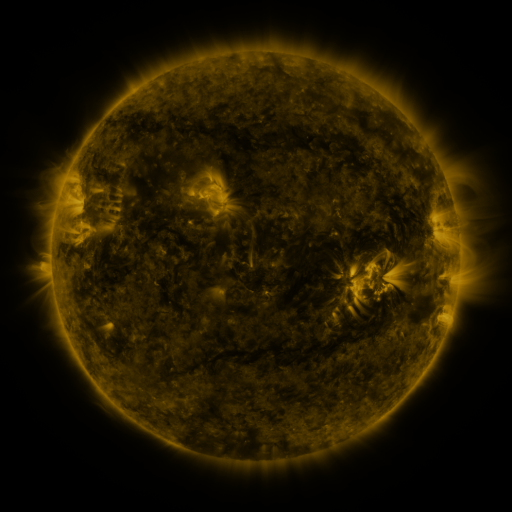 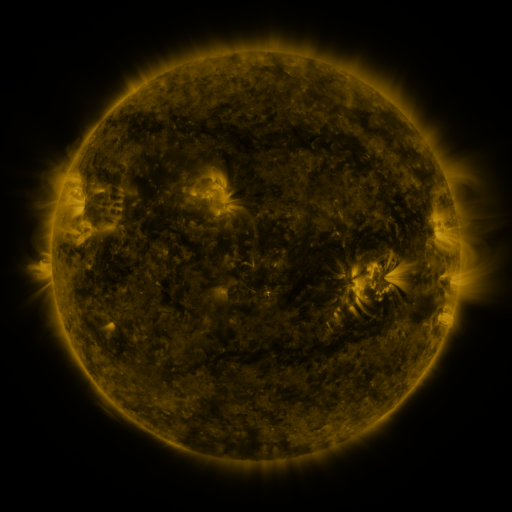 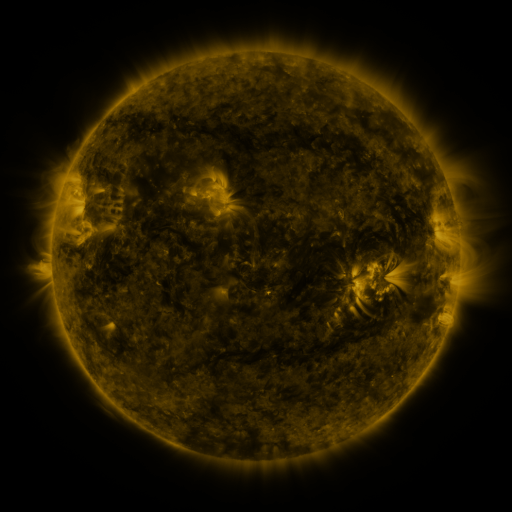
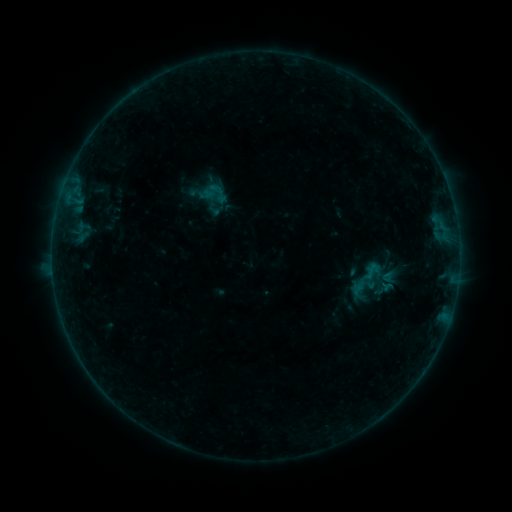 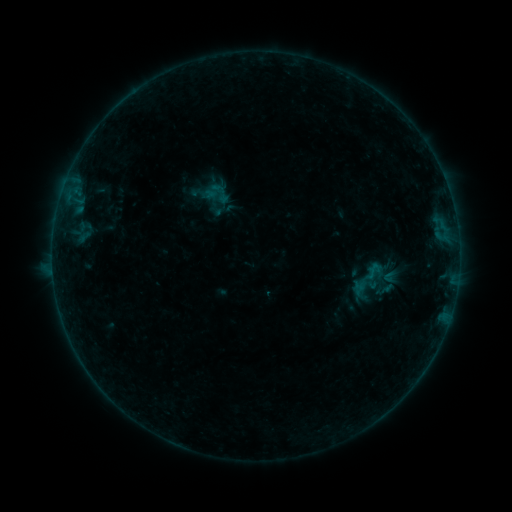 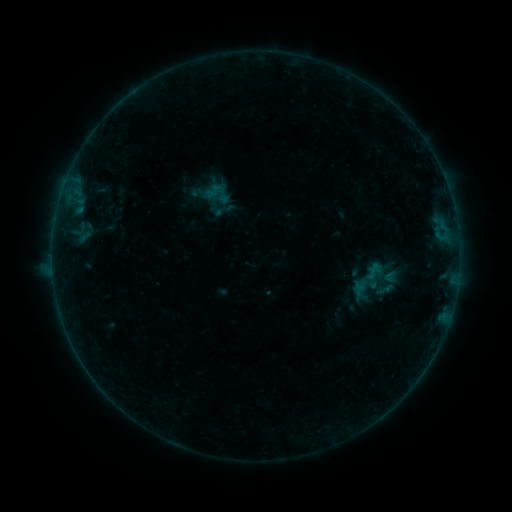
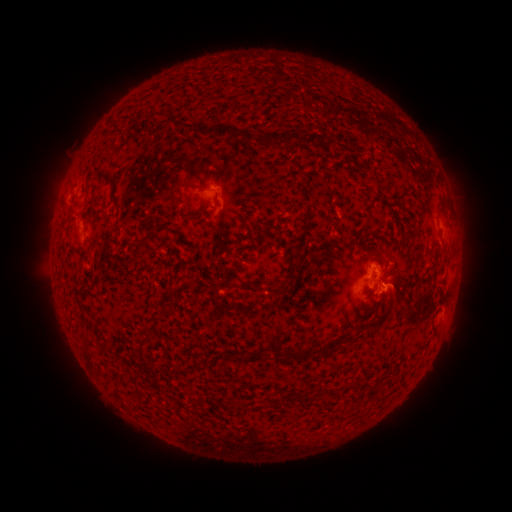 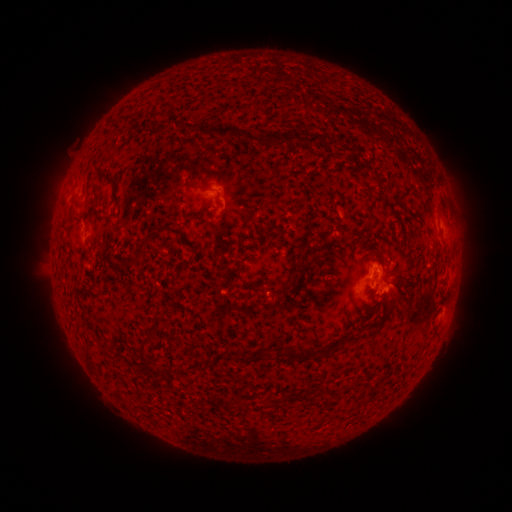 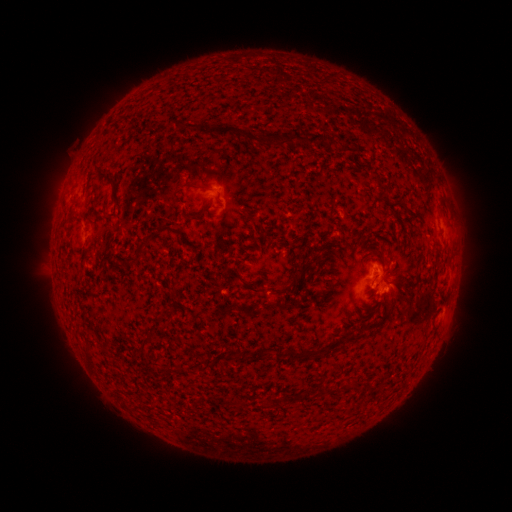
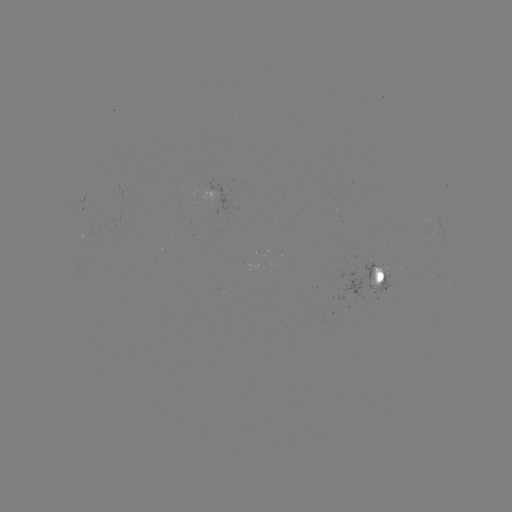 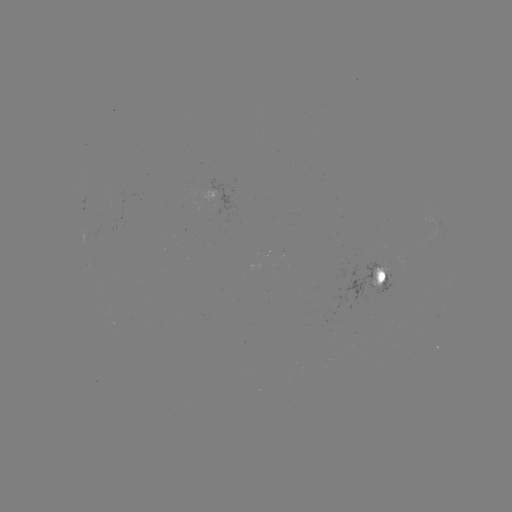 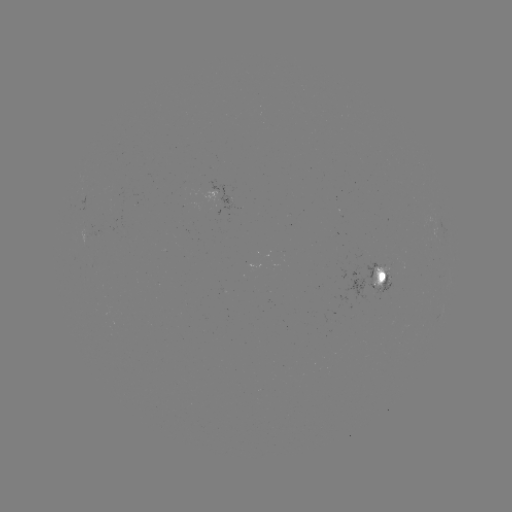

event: emerging-flux region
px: (382, 271)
